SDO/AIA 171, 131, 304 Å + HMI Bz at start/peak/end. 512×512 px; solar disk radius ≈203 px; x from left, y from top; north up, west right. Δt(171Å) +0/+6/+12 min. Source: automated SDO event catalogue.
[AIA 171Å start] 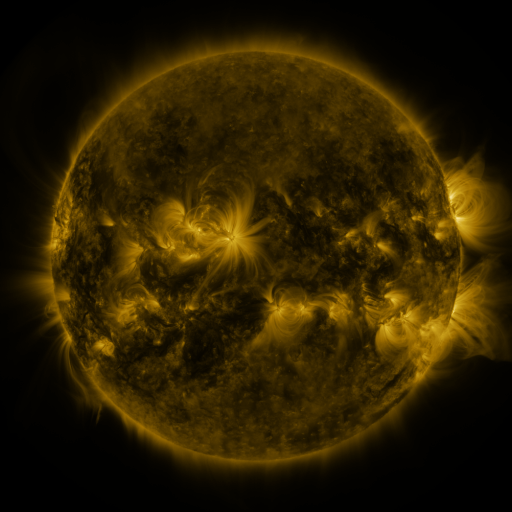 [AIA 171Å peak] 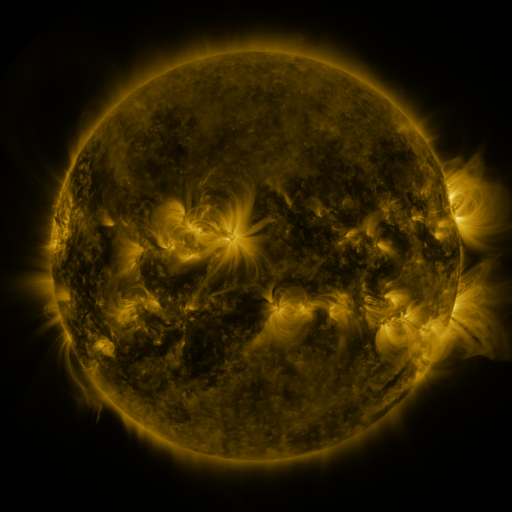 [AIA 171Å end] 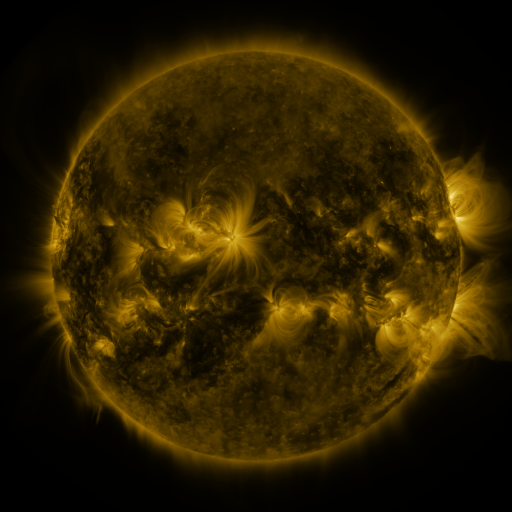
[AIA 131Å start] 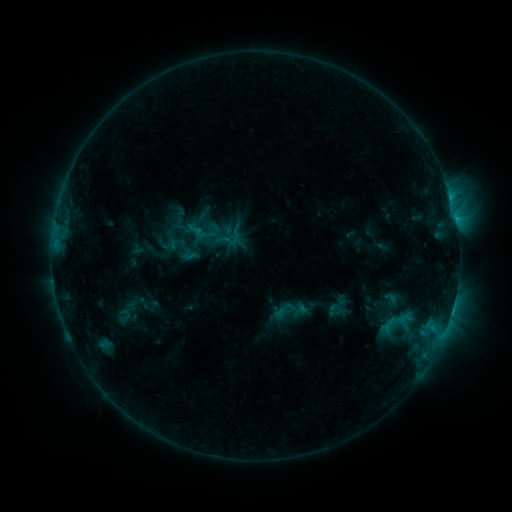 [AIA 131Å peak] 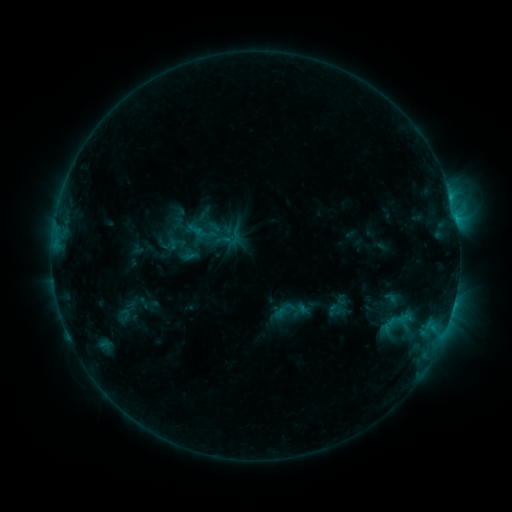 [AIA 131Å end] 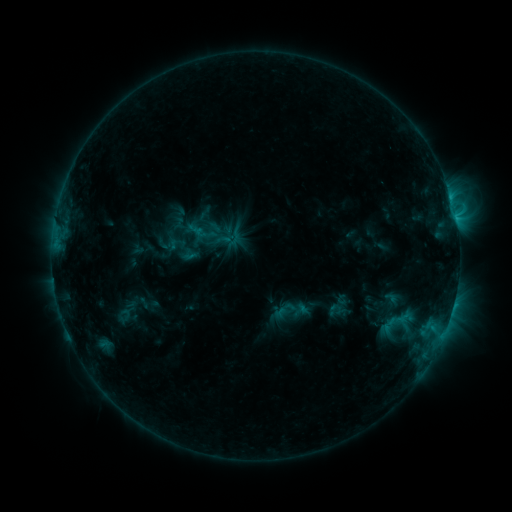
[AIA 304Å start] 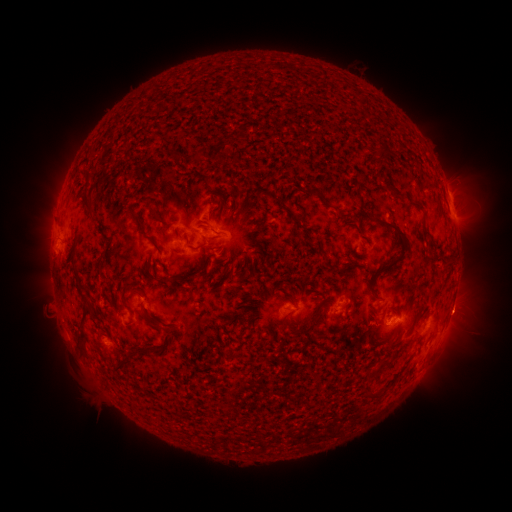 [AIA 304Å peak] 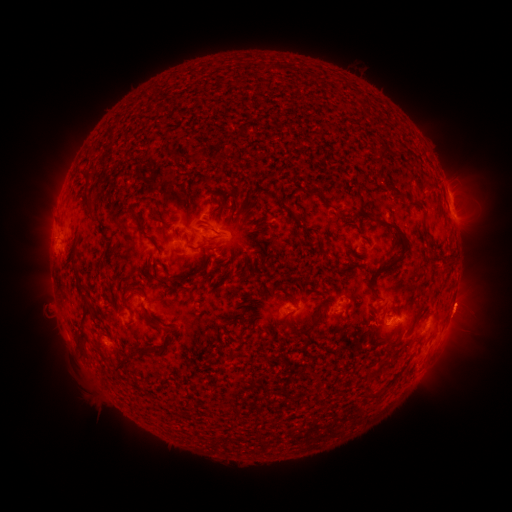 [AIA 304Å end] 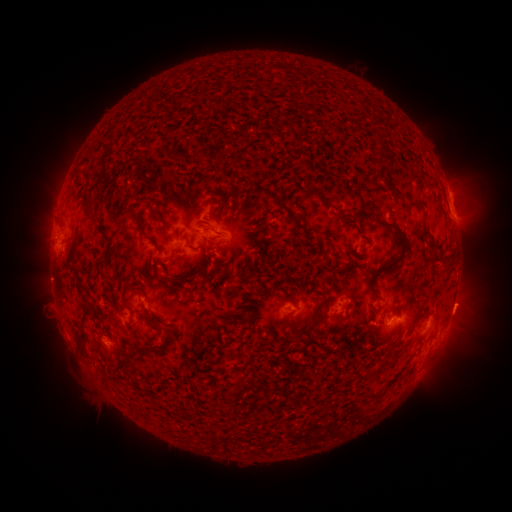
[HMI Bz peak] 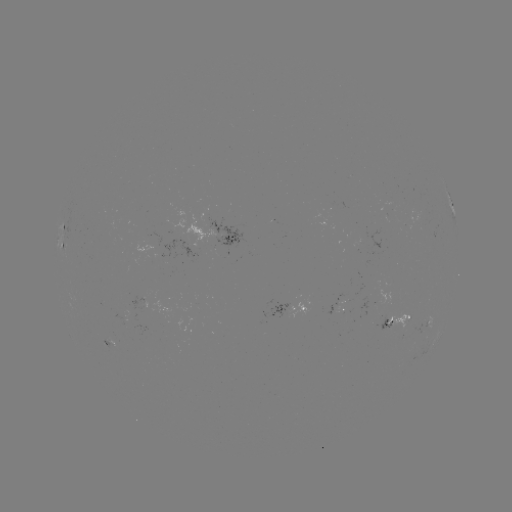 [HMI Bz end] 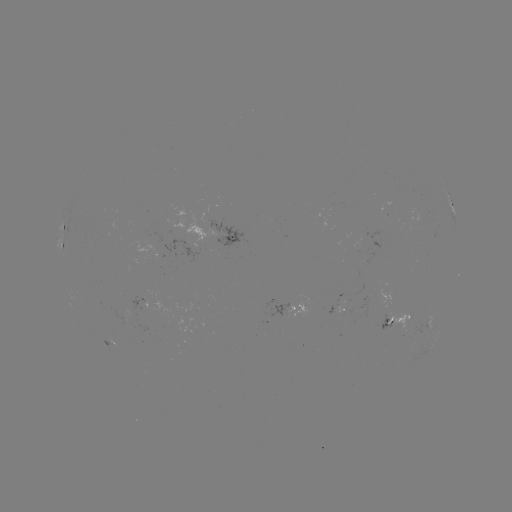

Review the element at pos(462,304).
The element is eruption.